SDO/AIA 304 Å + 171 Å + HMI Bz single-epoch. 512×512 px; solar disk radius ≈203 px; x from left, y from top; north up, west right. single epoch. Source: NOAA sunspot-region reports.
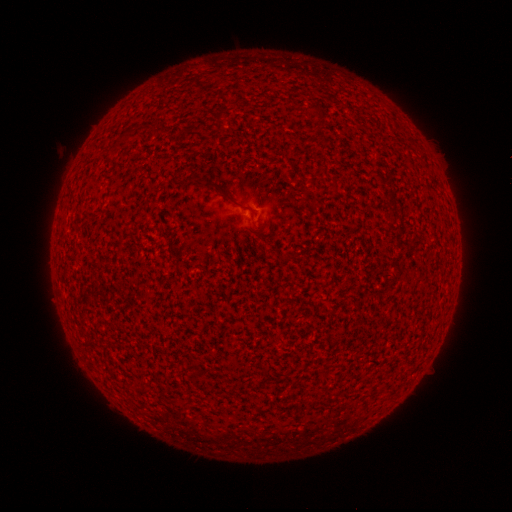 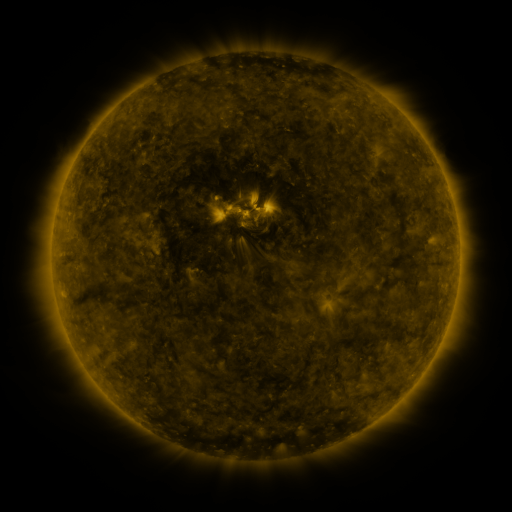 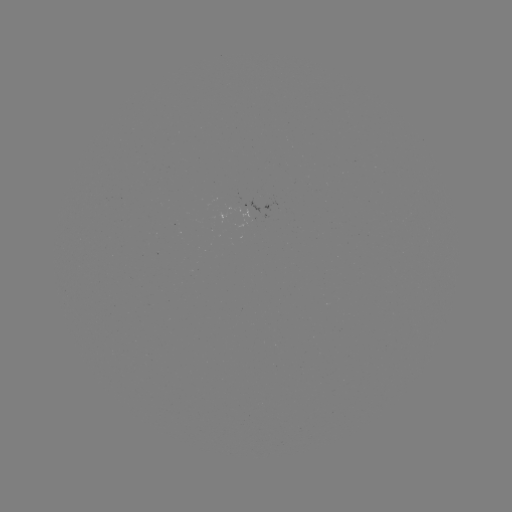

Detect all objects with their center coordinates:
(none)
